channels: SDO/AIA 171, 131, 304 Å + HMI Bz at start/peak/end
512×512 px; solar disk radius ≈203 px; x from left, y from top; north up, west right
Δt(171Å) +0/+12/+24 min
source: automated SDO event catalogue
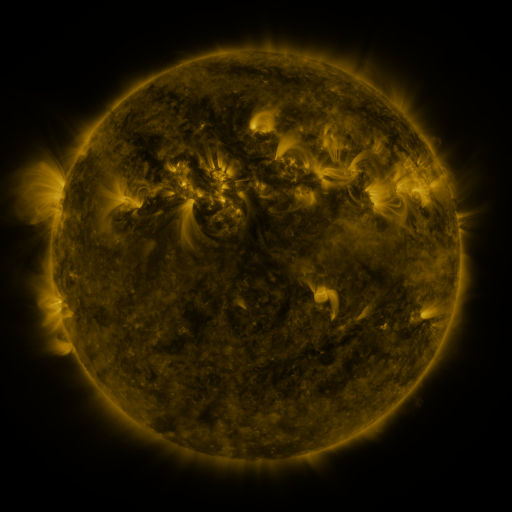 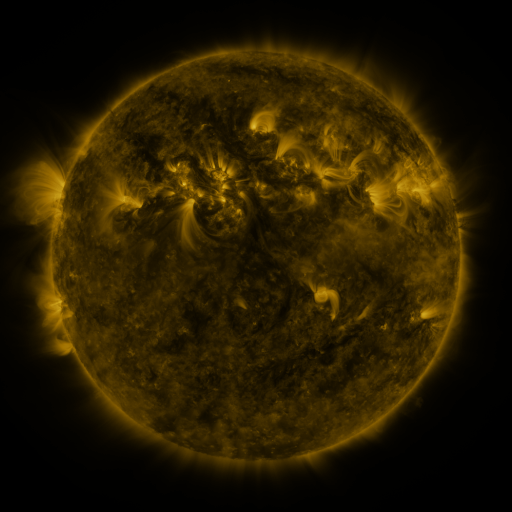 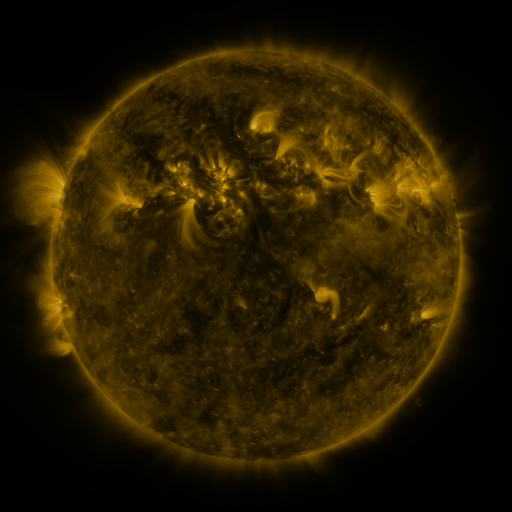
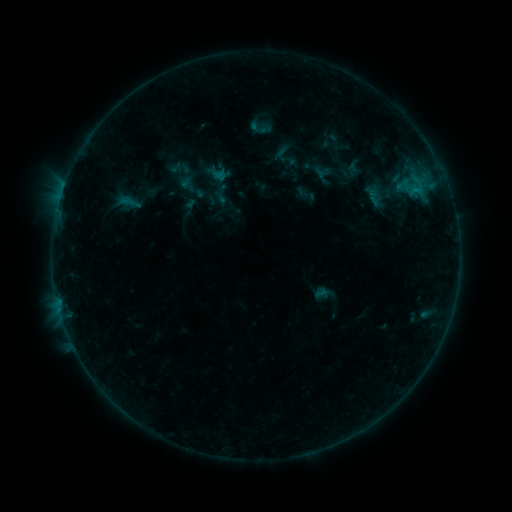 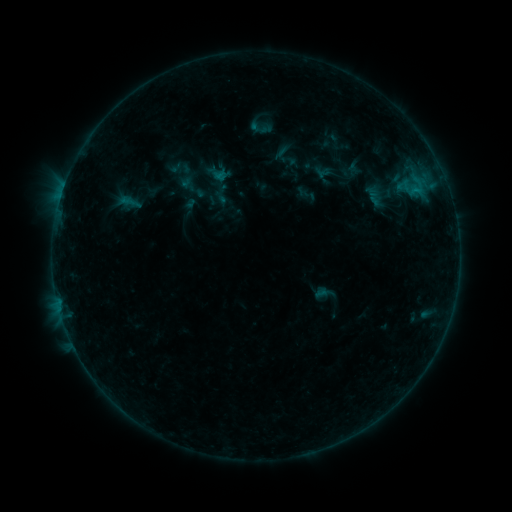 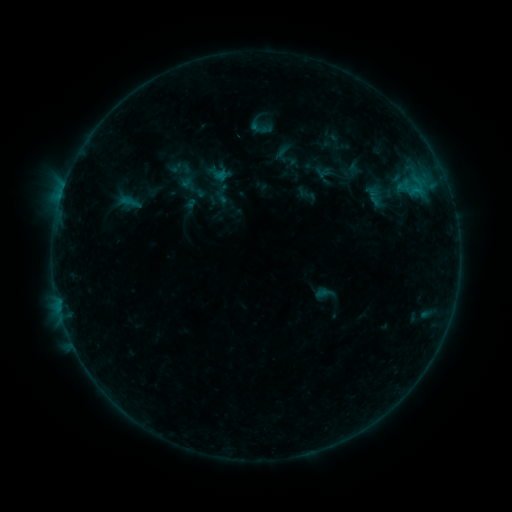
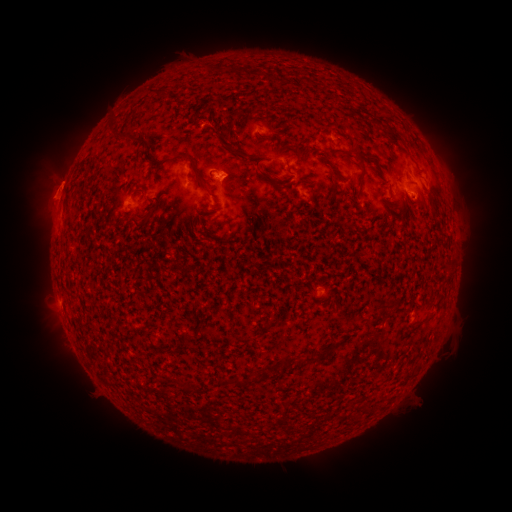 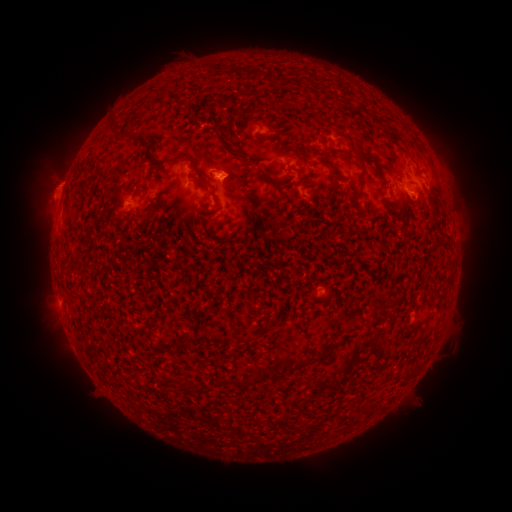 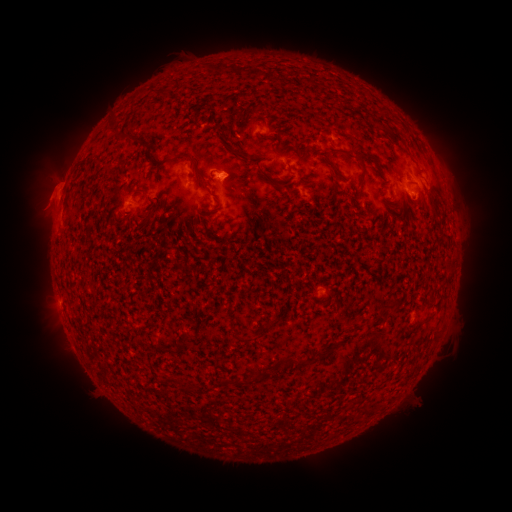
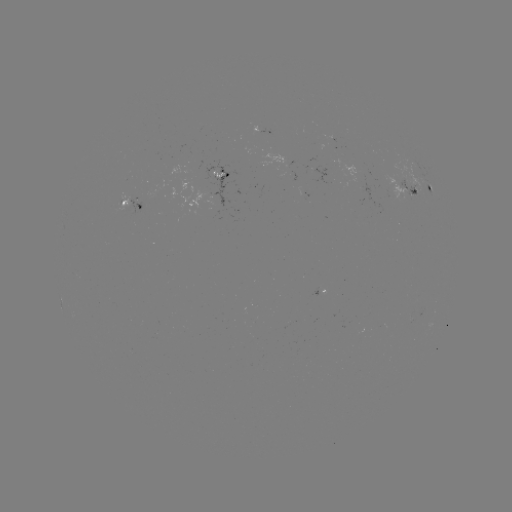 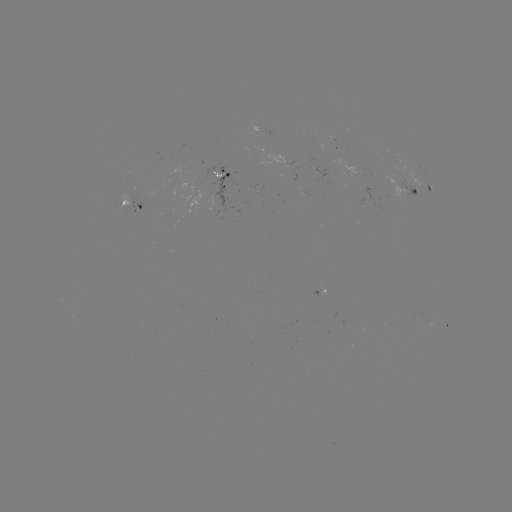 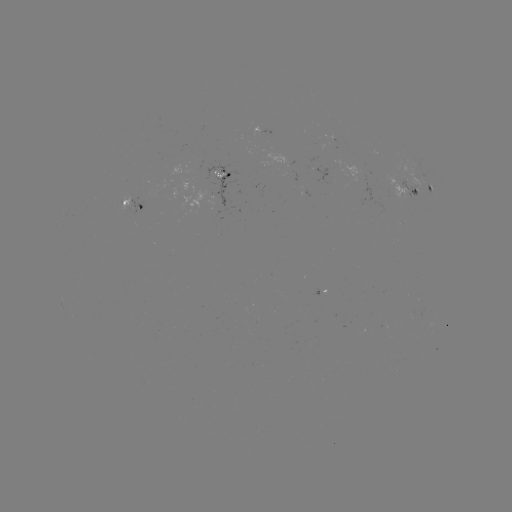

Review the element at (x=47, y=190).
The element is eruption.